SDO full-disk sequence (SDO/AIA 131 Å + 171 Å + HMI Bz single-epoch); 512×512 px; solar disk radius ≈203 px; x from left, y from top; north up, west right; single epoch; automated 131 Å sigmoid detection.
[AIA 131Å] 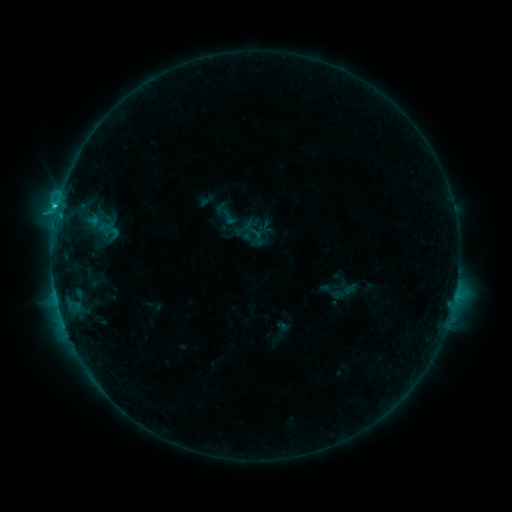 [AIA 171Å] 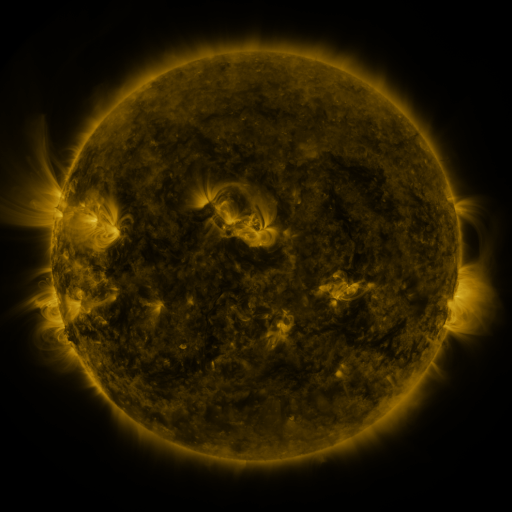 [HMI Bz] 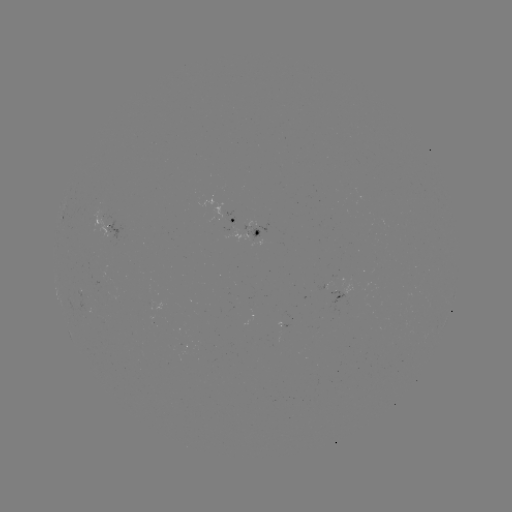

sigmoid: <bbox>241, 218, 265, 242</bbox>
